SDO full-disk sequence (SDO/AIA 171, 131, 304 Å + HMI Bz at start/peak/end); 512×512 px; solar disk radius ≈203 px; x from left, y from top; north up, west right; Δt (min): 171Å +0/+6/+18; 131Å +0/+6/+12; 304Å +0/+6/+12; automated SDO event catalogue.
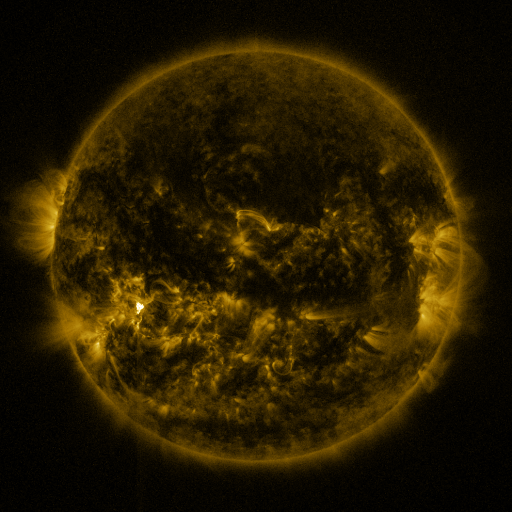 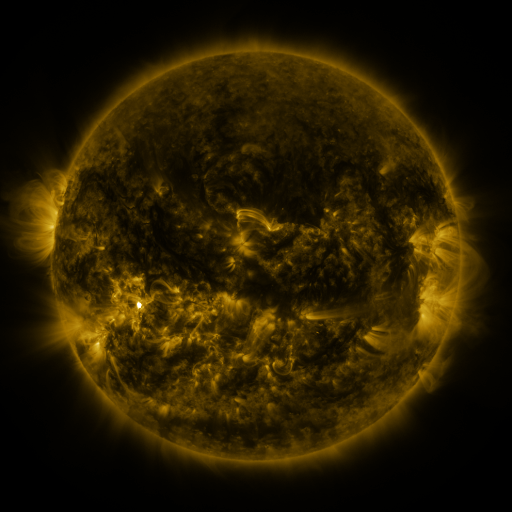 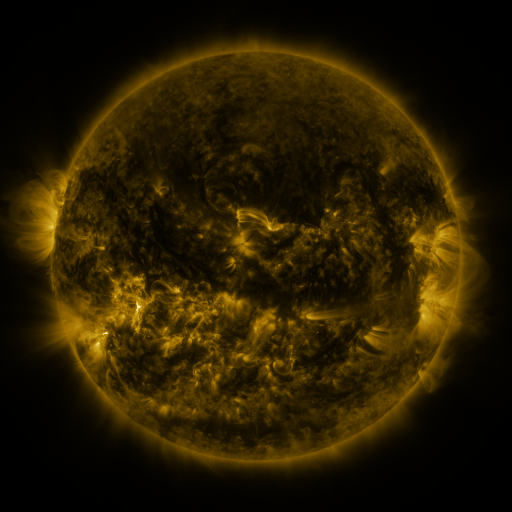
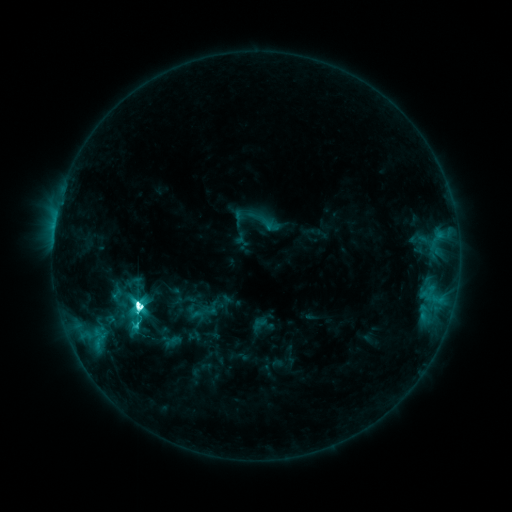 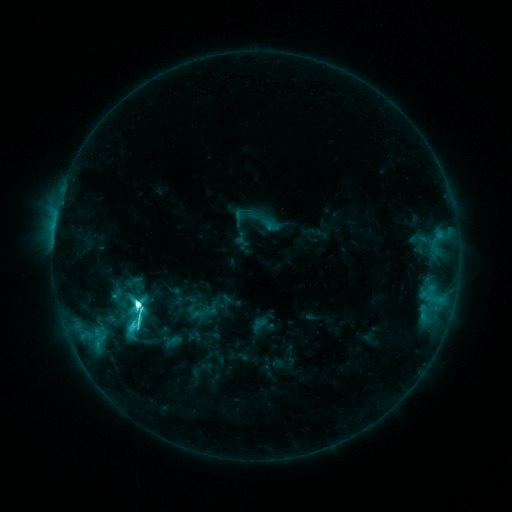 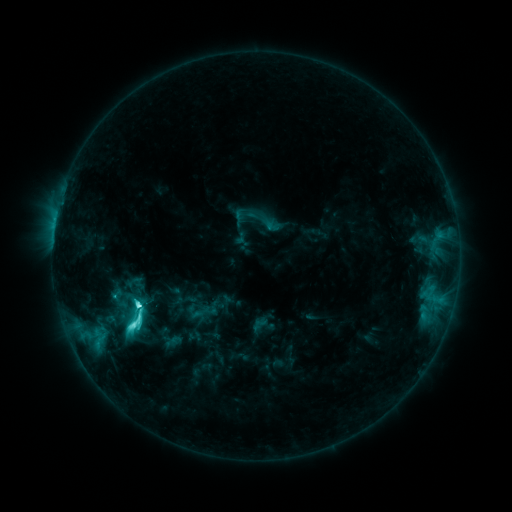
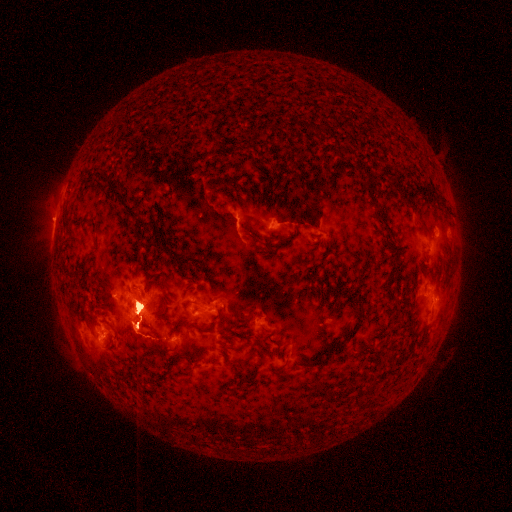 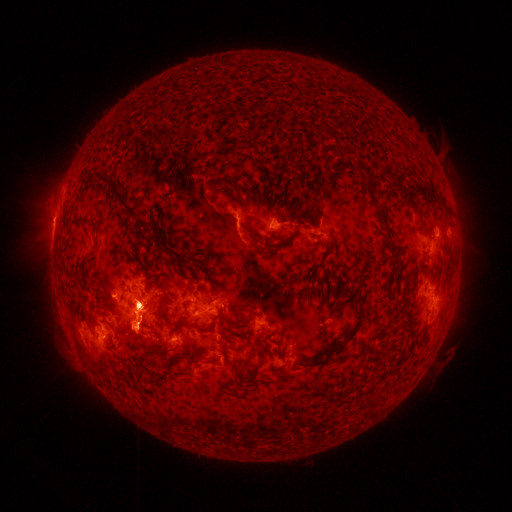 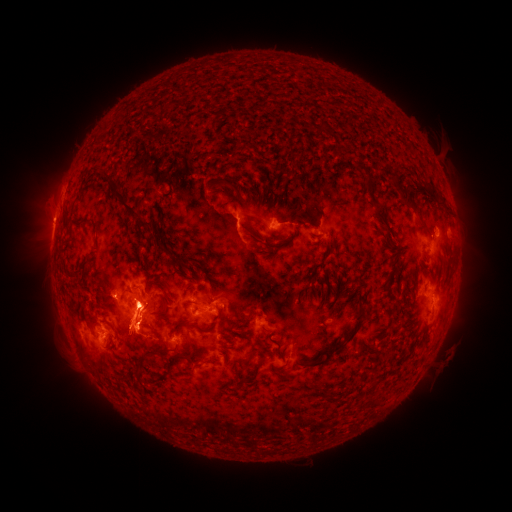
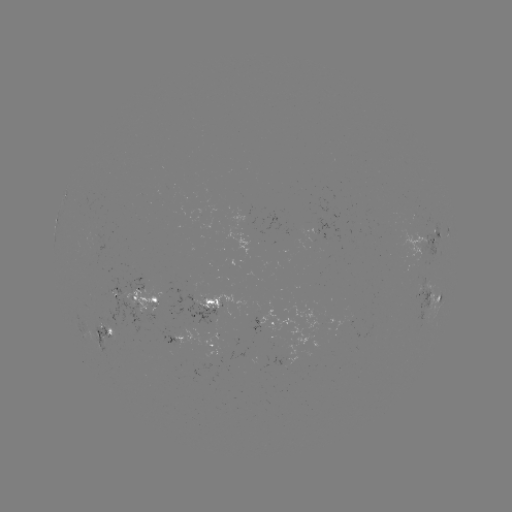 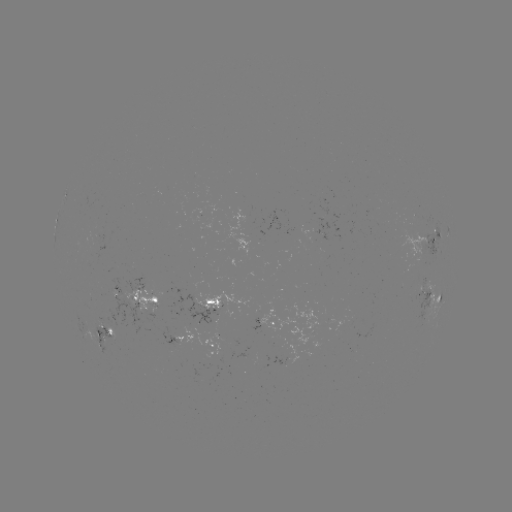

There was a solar eruption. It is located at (445, 277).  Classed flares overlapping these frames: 1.